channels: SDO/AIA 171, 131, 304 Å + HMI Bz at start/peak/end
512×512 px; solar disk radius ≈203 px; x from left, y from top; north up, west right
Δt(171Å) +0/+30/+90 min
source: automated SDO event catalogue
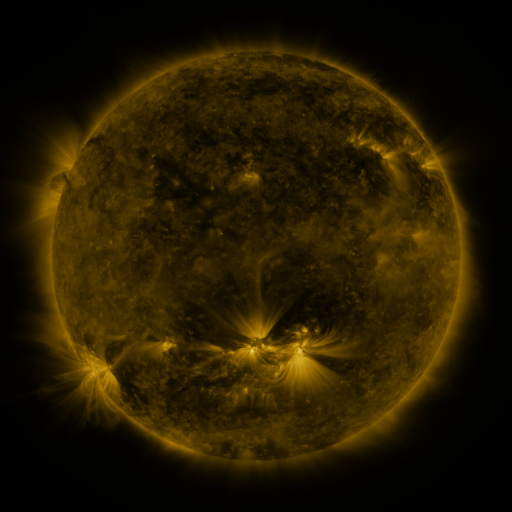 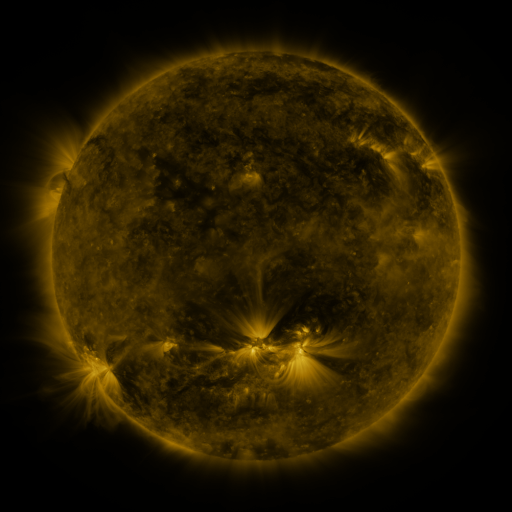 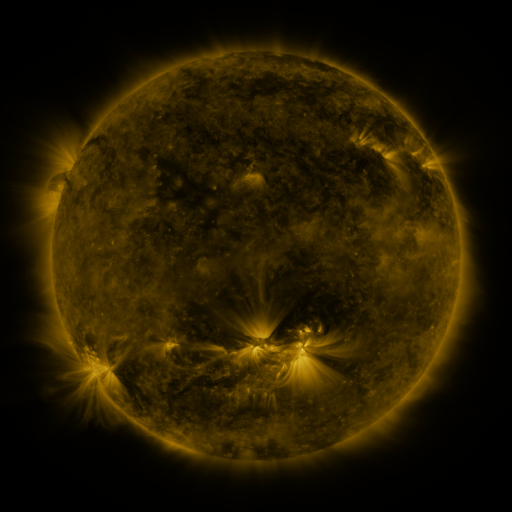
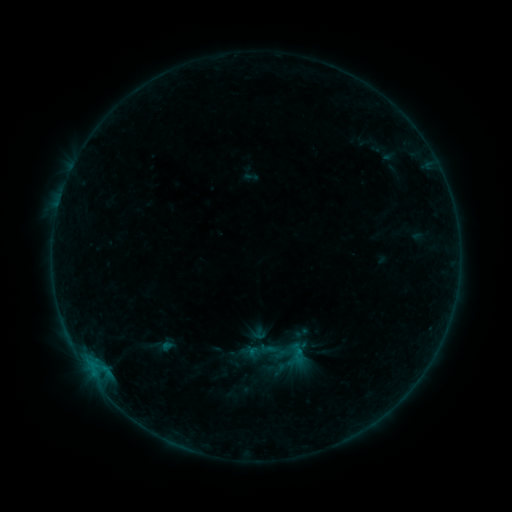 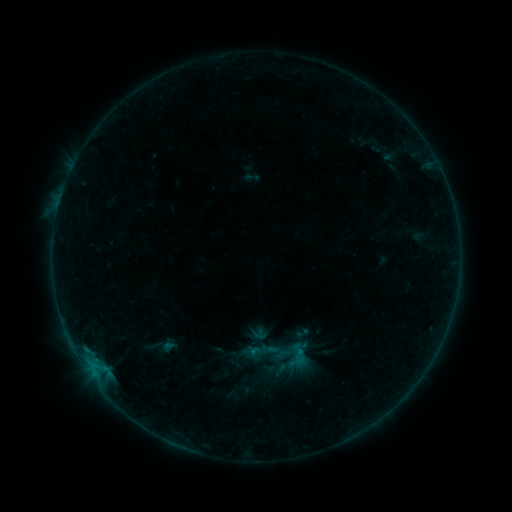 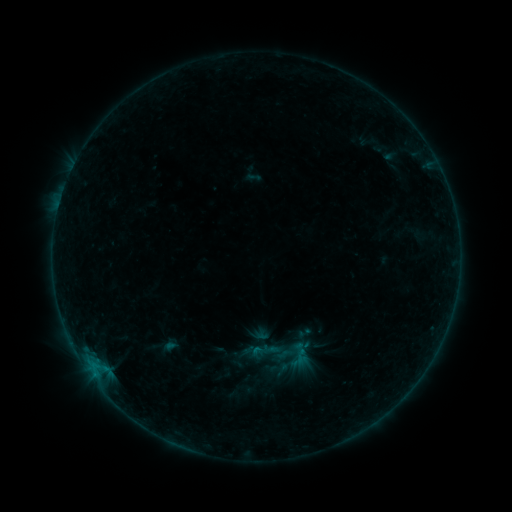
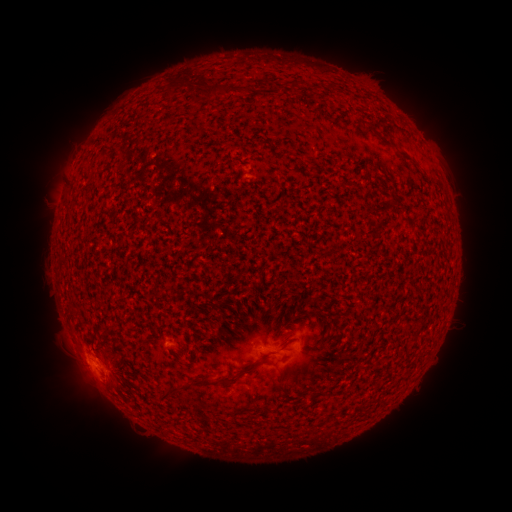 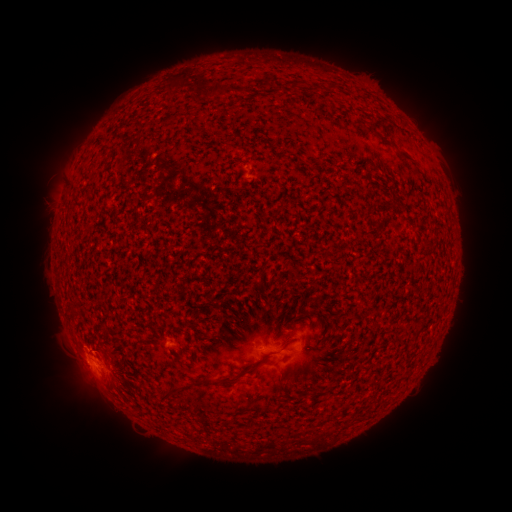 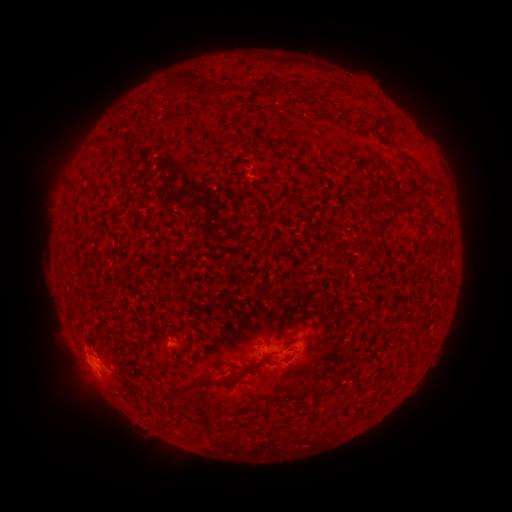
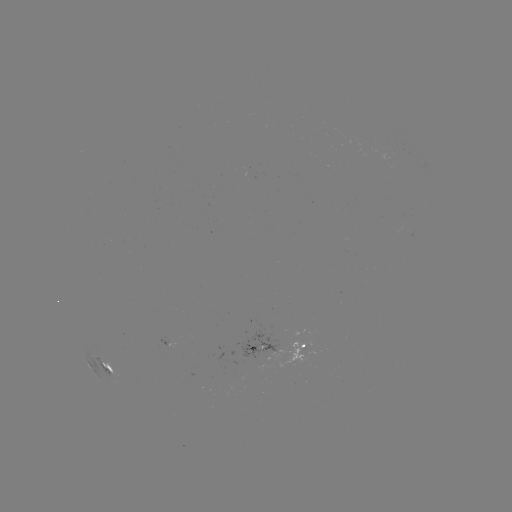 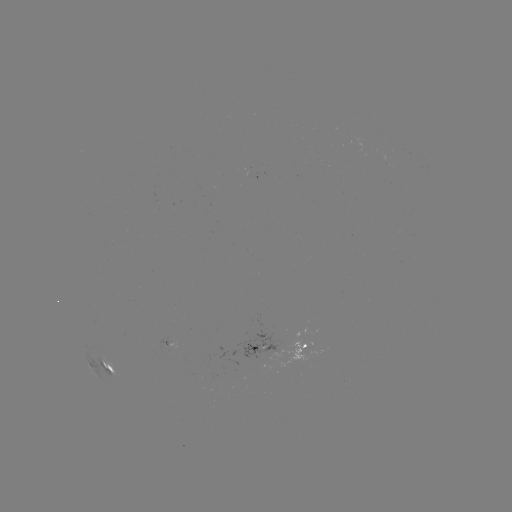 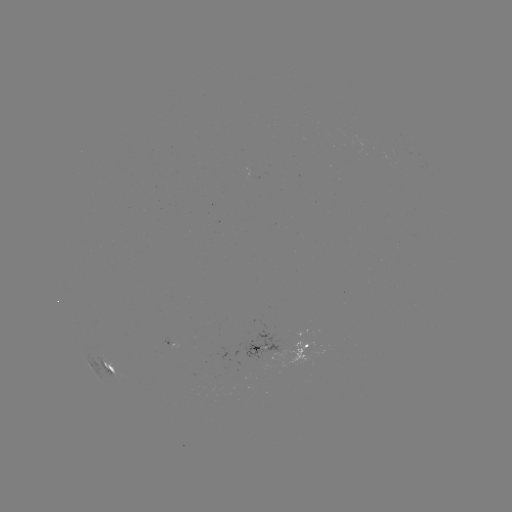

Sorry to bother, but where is B2.8 flare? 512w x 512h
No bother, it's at (95, 360).